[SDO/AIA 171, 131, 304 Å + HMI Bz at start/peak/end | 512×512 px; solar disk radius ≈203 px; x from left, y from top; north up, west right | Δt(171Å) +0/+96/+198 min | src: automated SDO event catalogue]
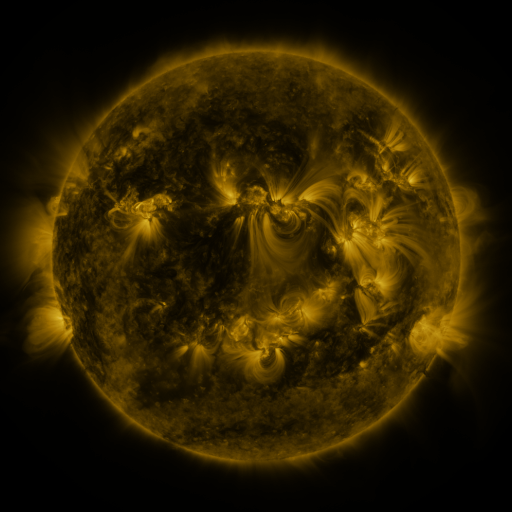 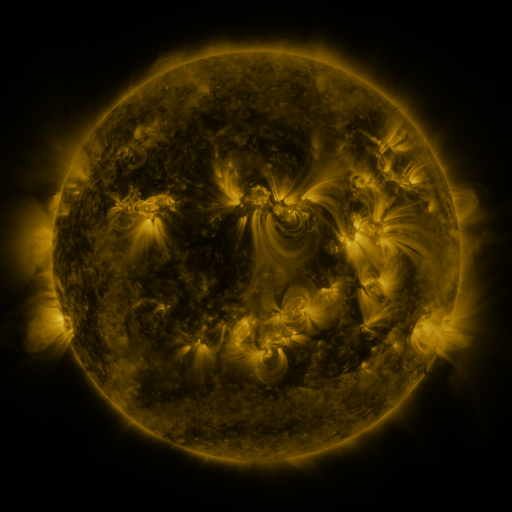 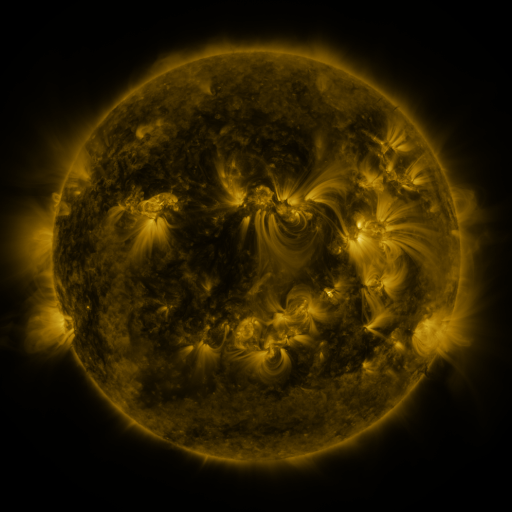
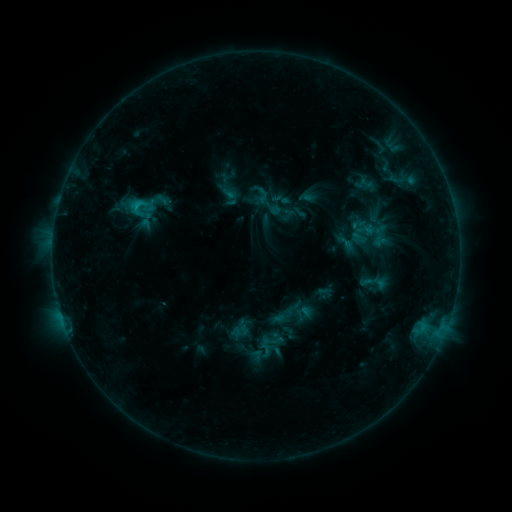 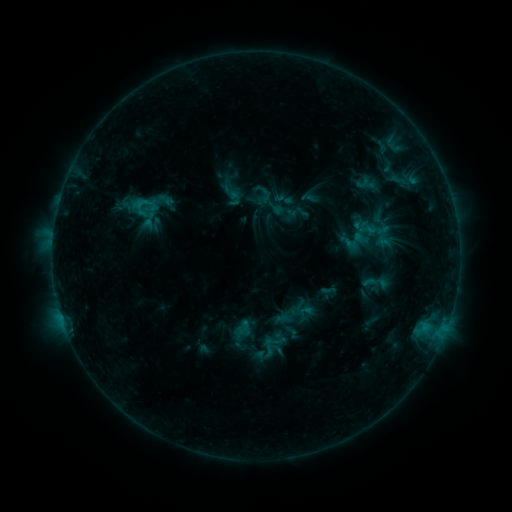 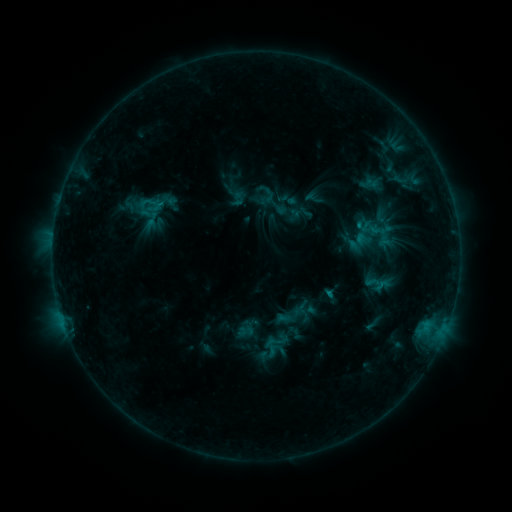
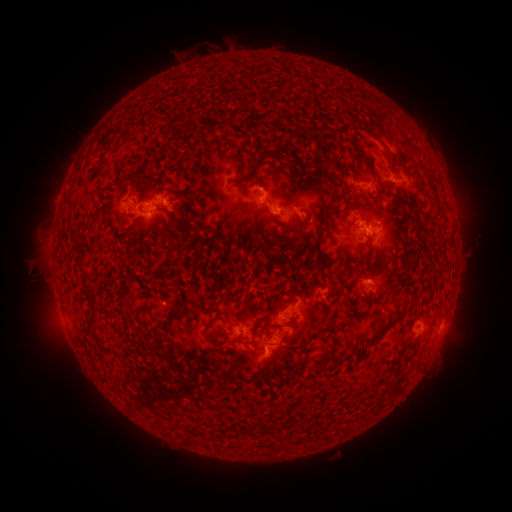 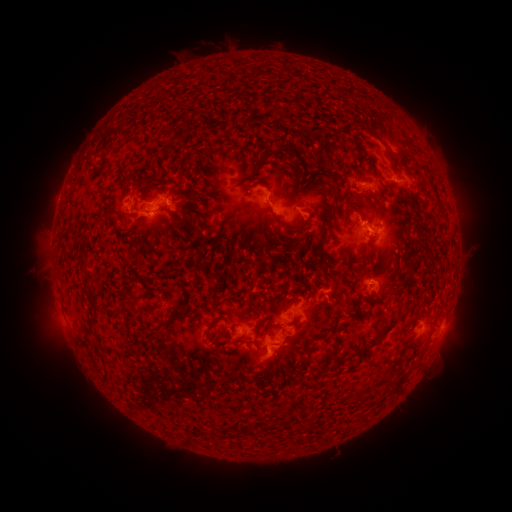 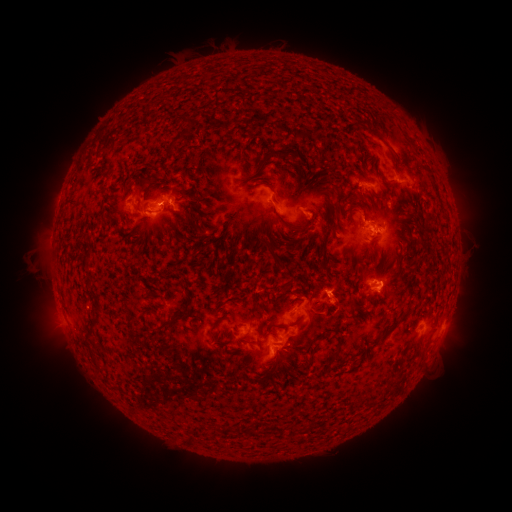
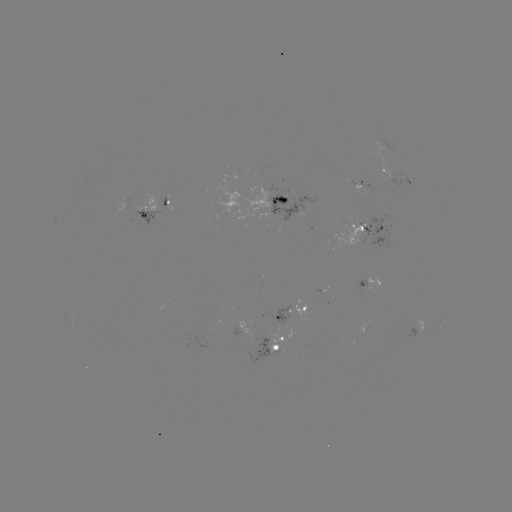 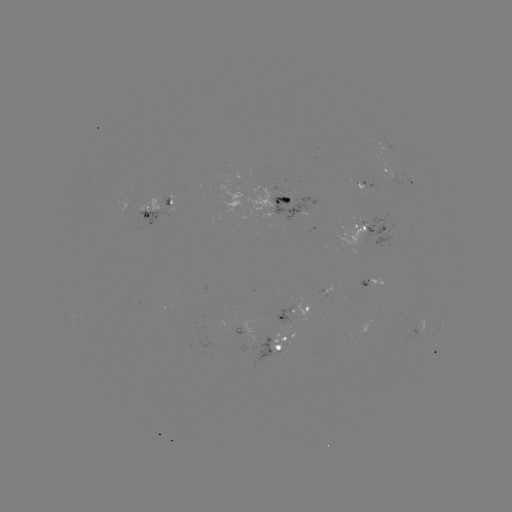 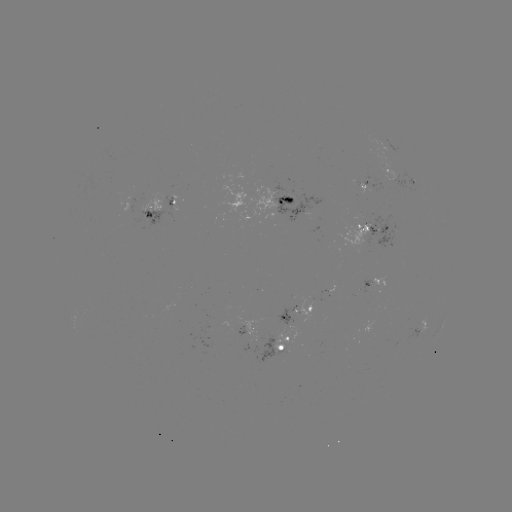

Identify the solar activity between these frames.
emerging-flux region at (367, 189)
